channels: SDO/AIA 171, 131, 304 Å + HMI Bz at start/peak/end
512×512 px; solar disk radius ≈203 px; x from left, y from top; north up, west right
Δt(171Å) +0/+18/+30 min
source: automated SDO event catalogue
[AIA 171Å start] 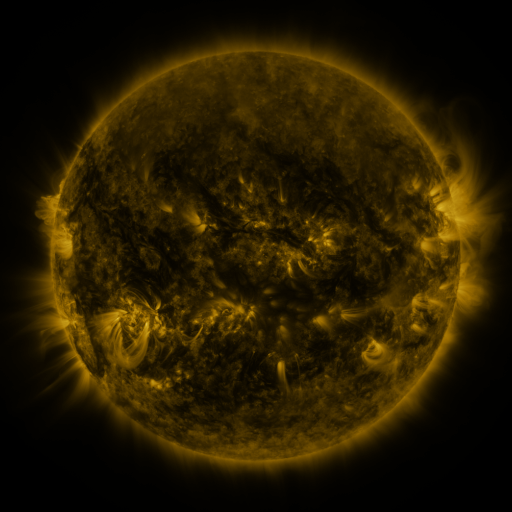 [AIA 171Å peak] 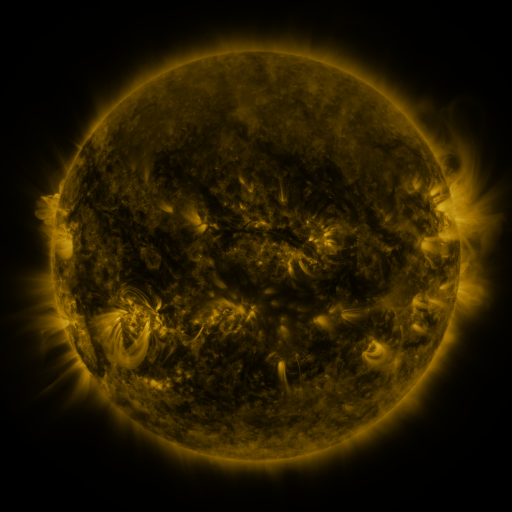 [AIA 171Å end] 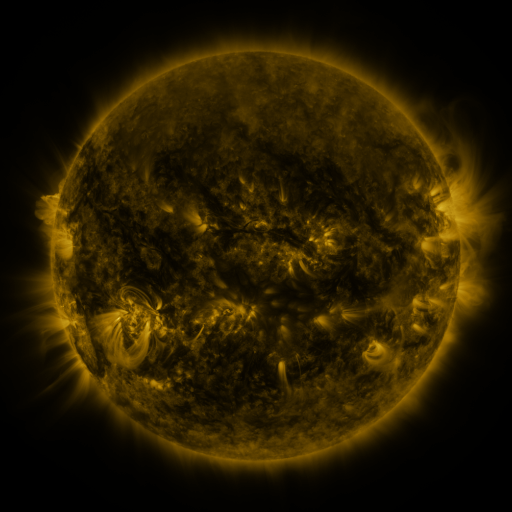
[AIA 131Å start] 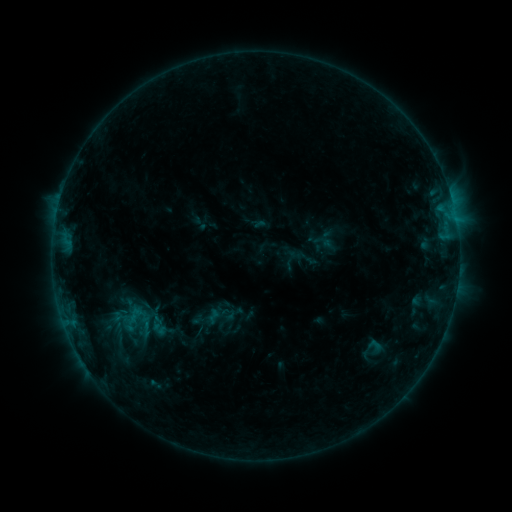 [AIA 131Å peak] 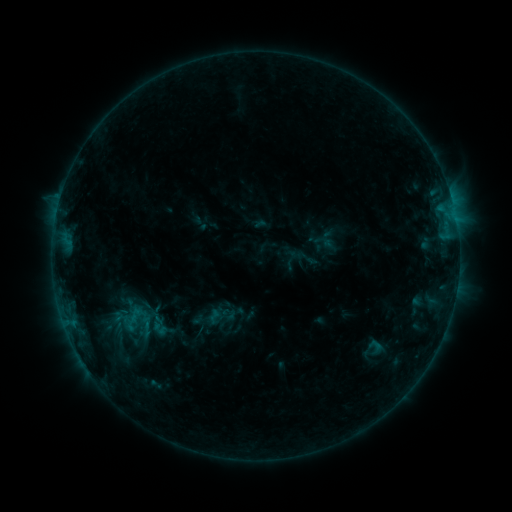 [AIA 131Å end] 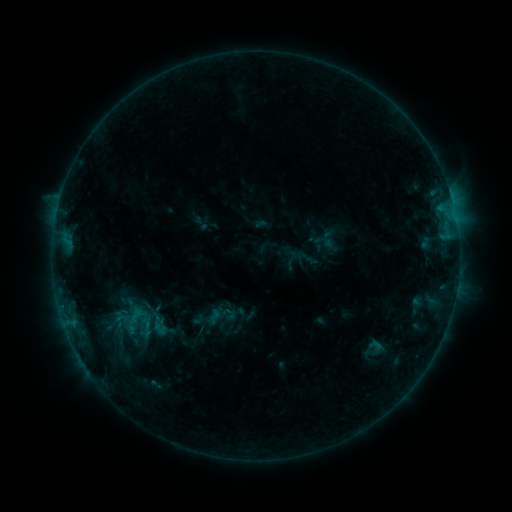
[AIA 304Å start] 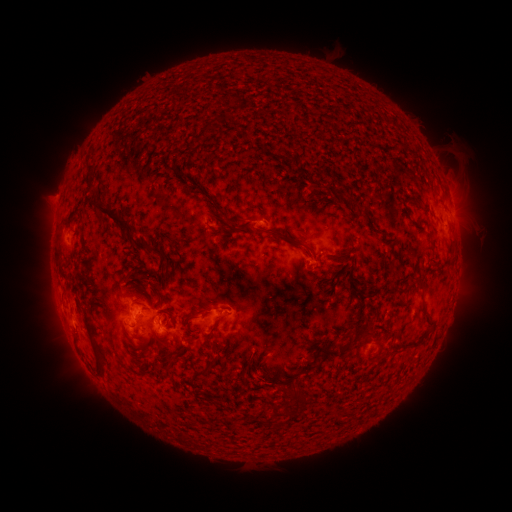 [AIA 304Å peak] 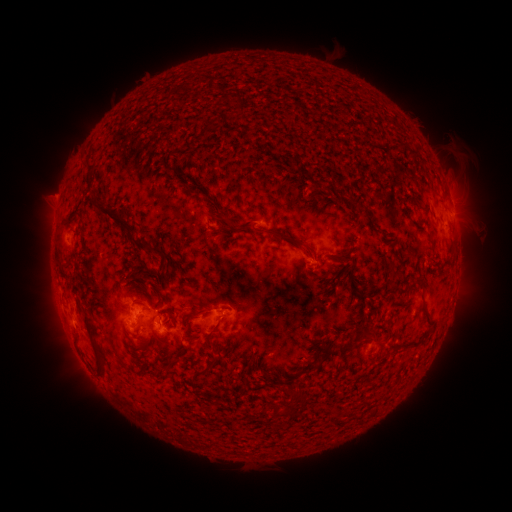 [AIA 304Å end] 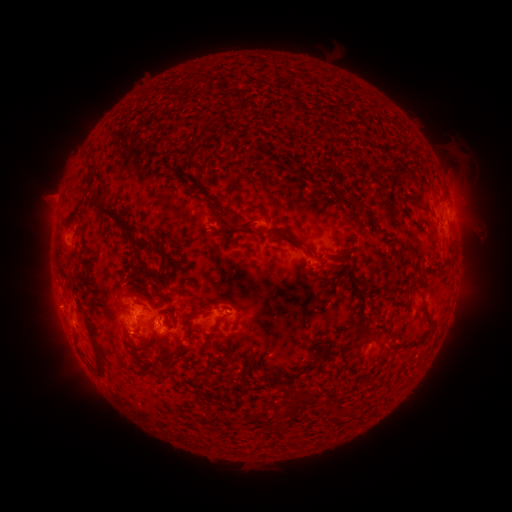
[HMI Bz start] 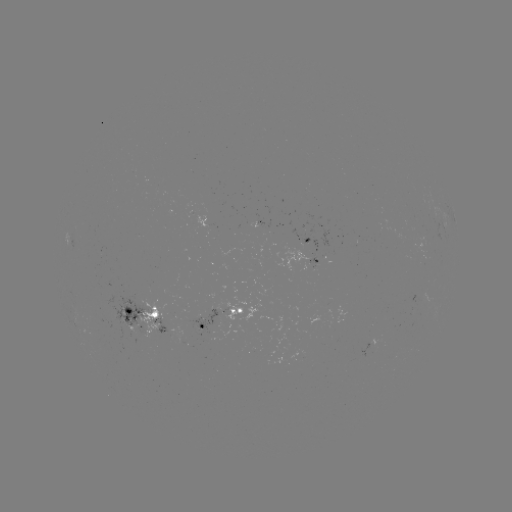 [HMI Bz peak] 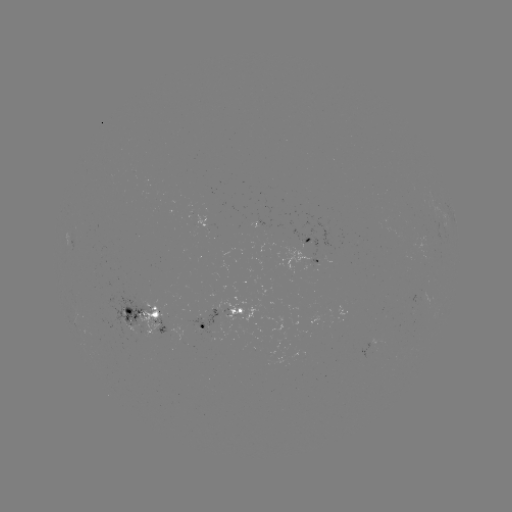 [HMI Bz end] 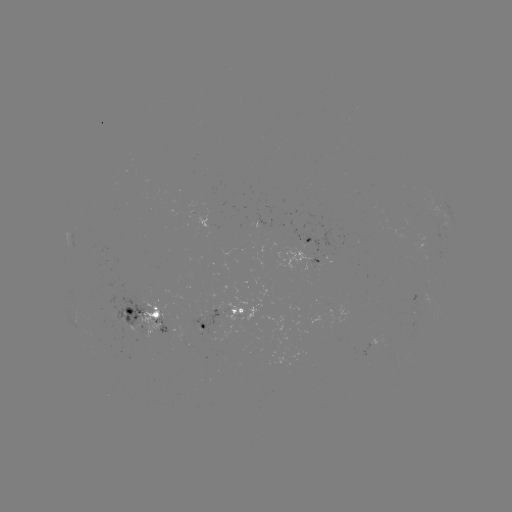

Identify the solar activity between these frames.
no flare in any classed list; no EUV-trigger detection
